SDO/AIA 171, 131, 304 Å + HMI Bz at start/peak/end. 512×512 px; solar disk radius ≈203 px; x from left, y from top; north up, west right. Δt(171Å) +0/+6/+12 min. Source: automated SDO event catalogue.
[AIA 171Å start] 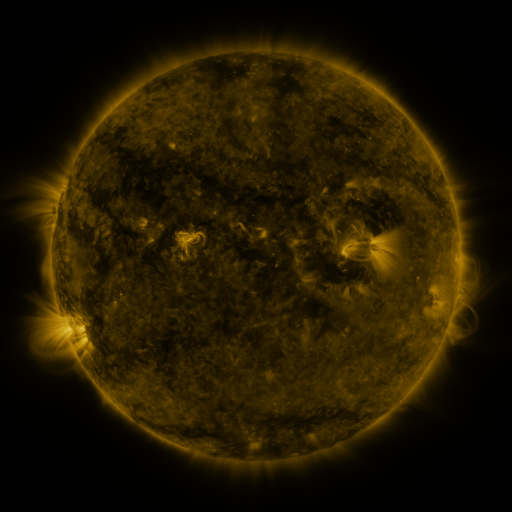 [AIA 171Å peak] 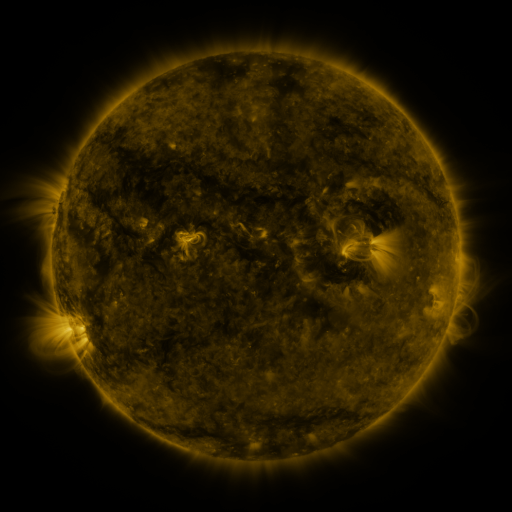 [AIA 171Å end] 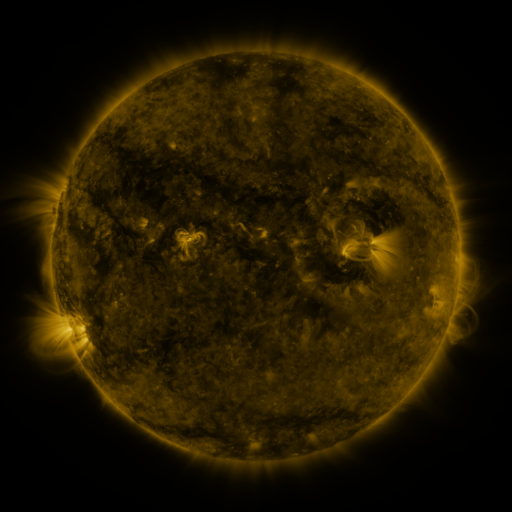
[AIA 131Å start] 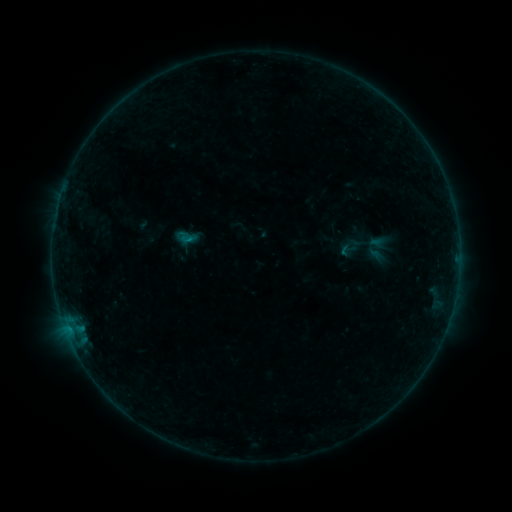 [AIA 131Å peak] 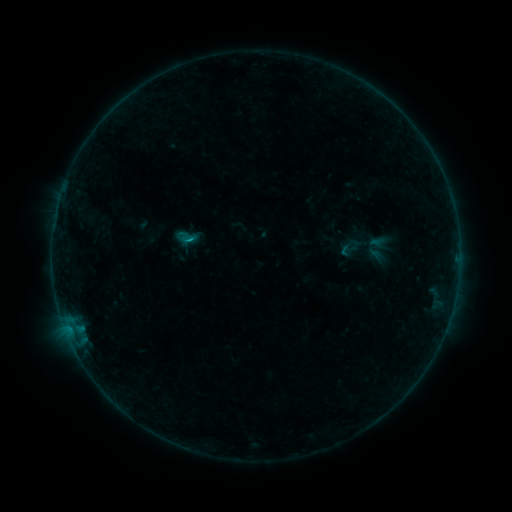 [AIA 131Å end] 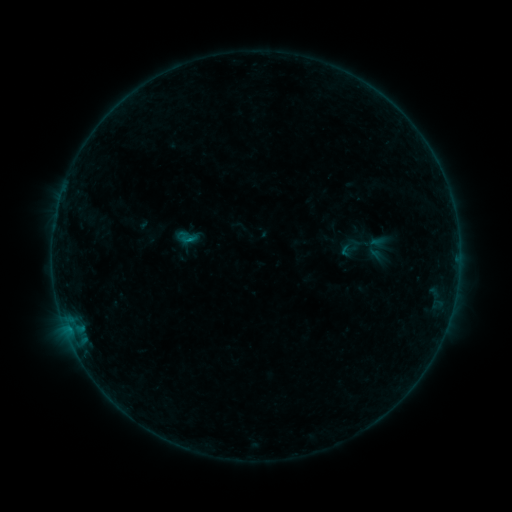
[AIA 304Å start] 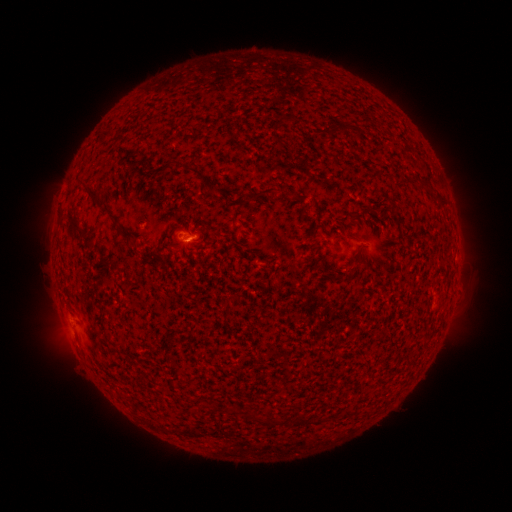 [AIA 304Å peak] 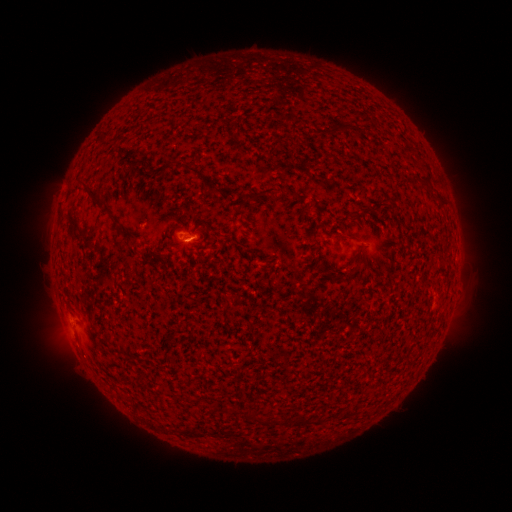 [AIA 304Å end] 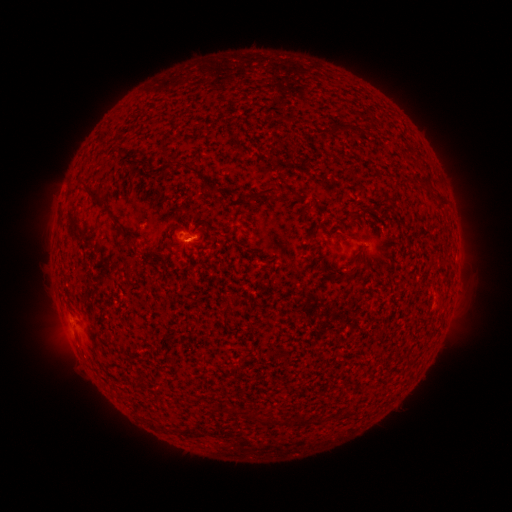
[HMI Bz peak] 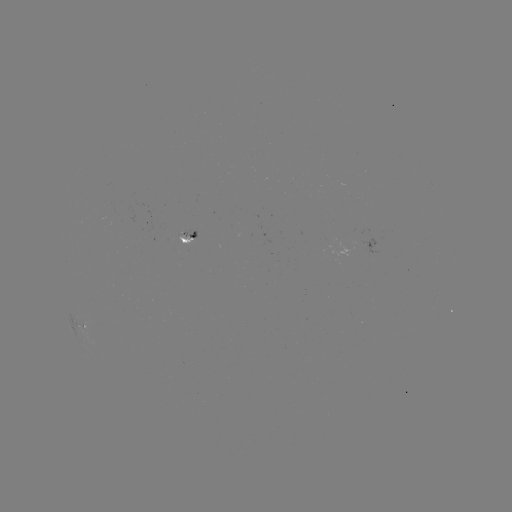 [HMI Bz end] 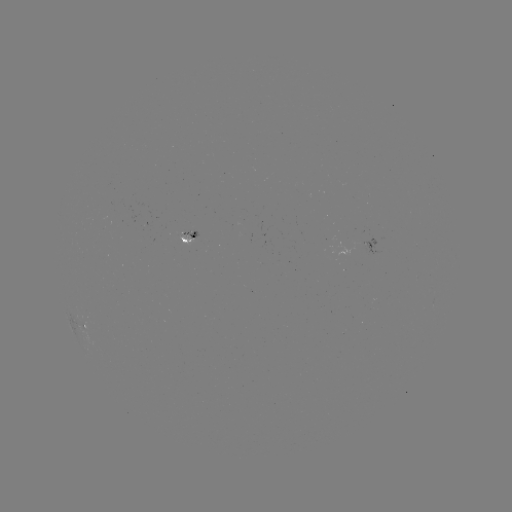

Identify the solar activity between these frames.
B2.8 flare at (194, 240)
